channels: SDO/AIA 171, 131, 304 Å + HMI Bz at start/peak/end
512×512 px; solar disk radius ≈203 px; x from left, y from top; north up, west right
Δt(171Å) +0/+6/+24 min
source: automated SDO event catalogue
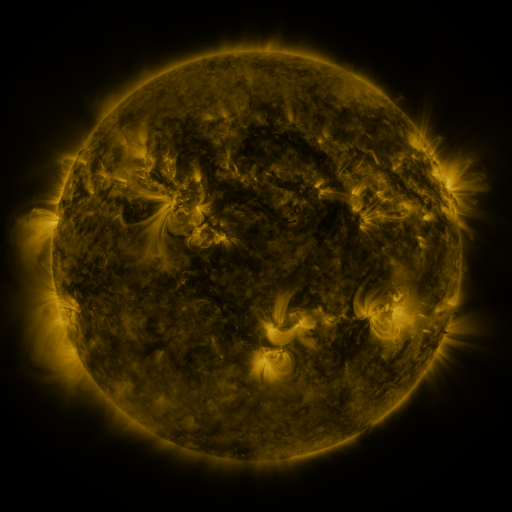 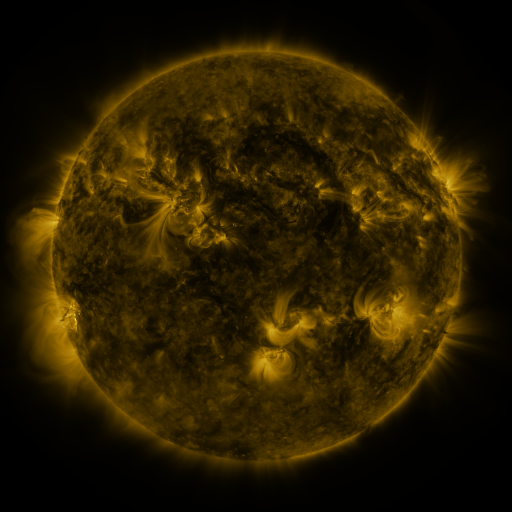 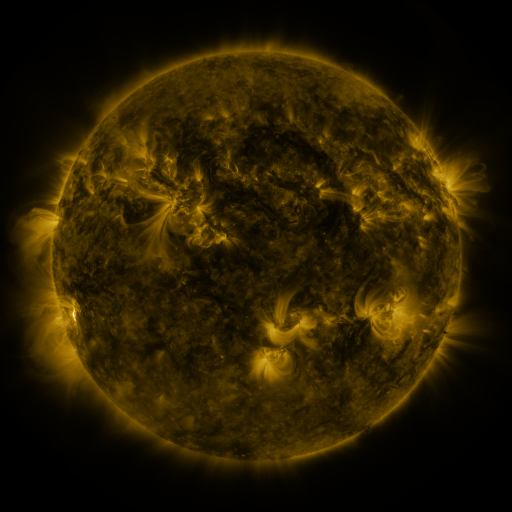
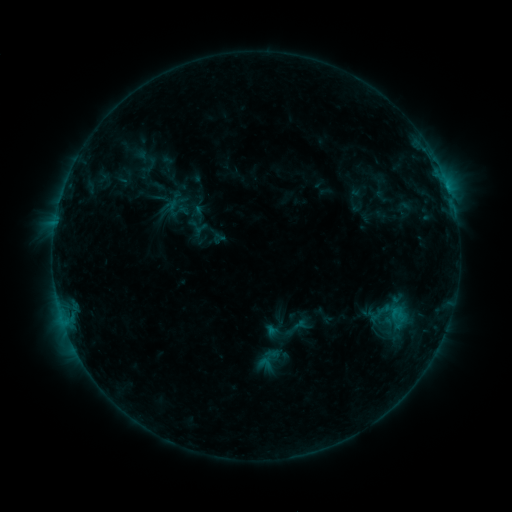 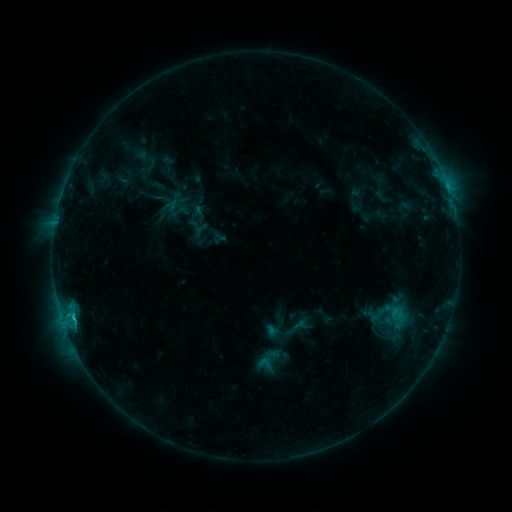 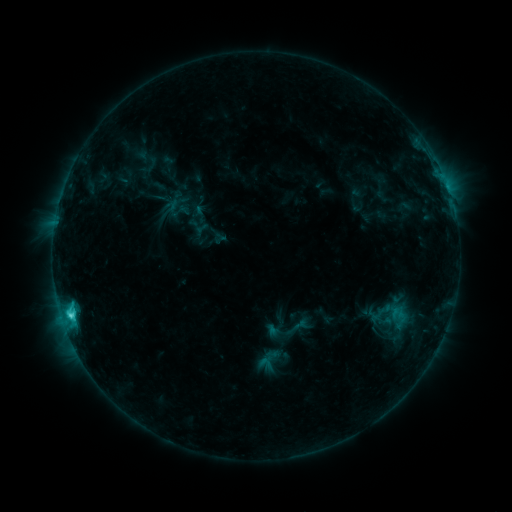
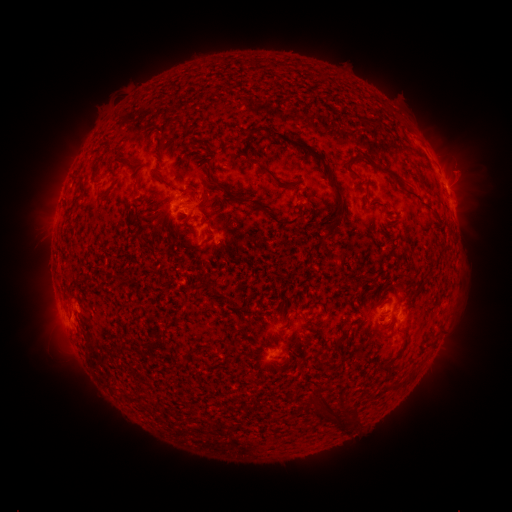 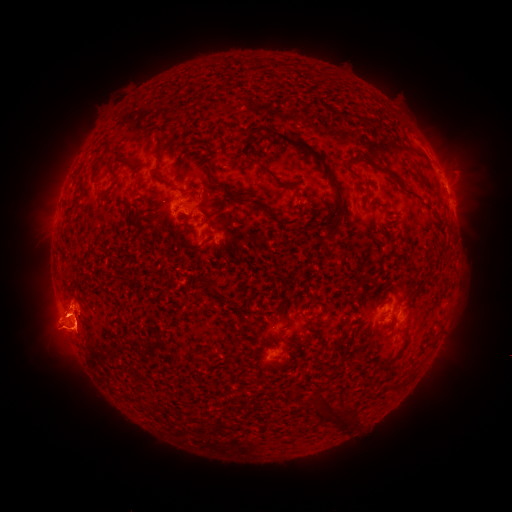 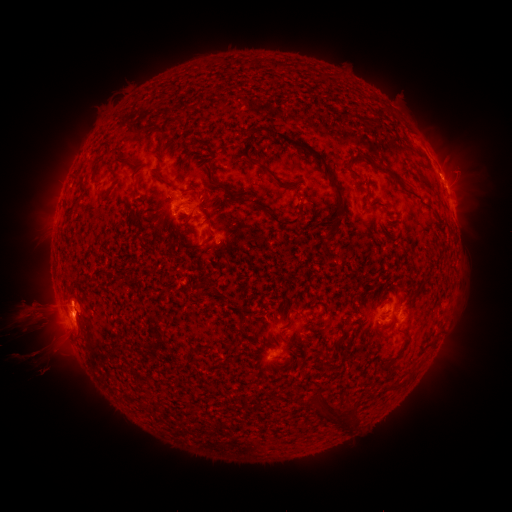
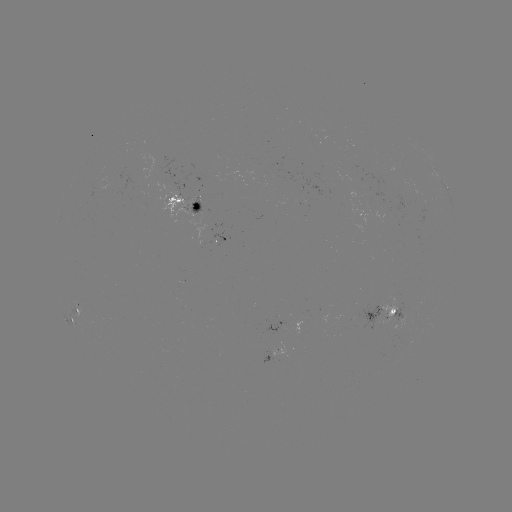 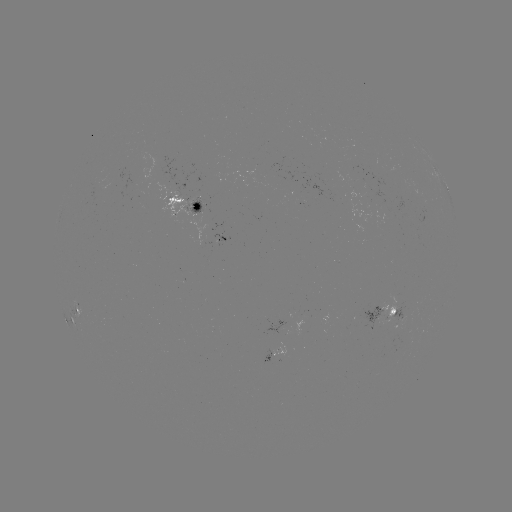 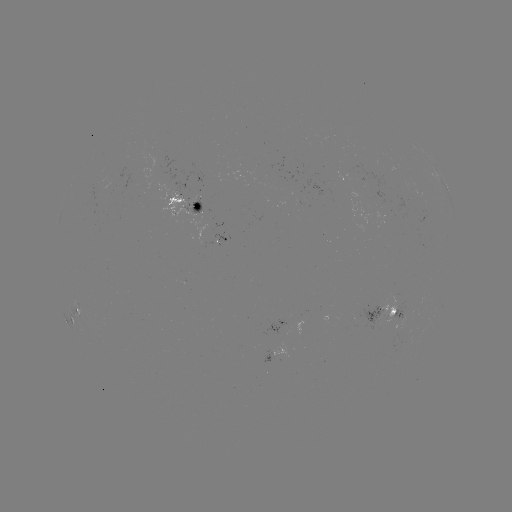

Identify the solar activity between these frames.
C5.2 flare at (74, 316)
